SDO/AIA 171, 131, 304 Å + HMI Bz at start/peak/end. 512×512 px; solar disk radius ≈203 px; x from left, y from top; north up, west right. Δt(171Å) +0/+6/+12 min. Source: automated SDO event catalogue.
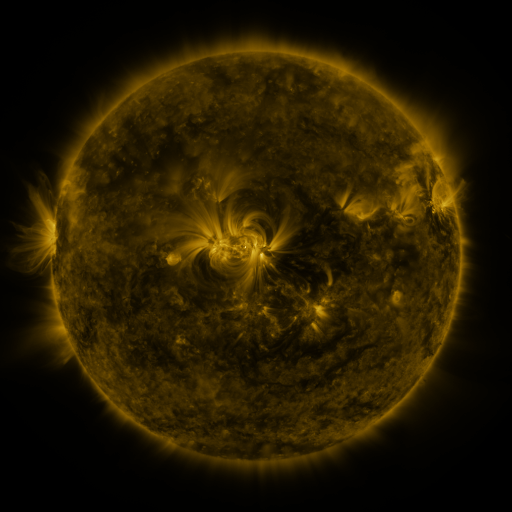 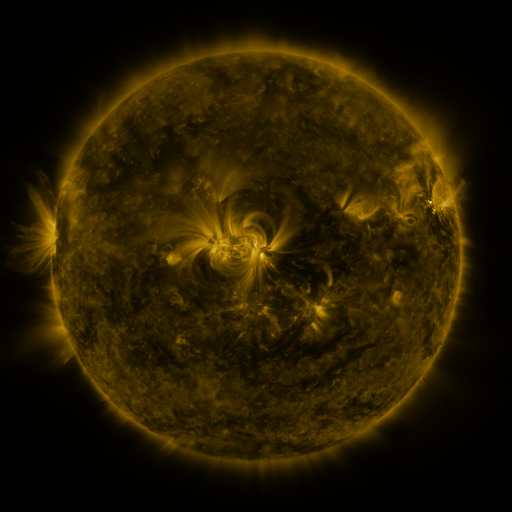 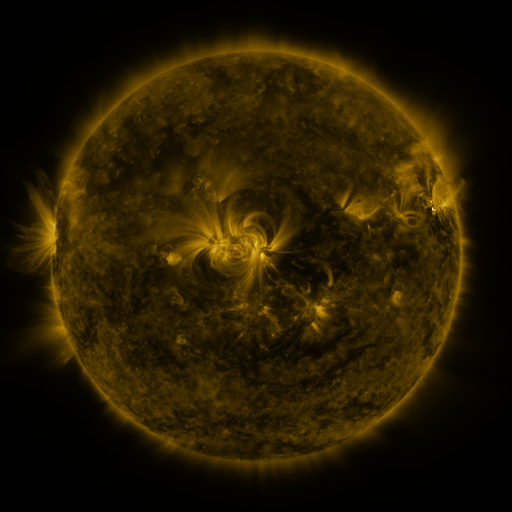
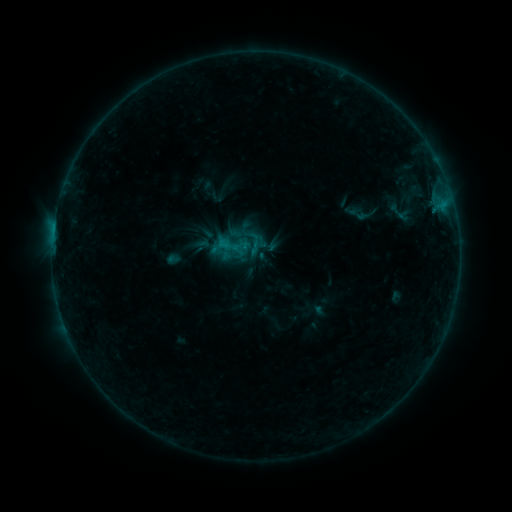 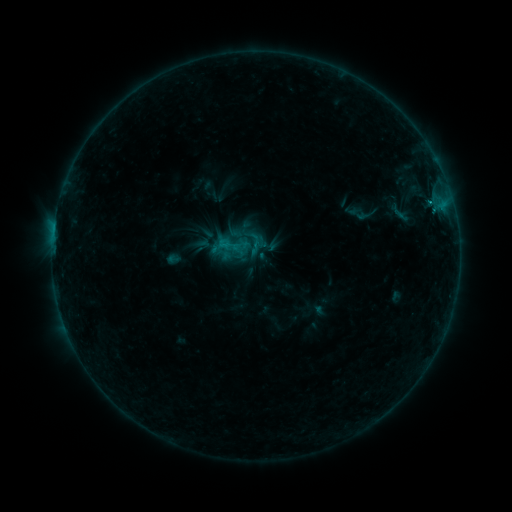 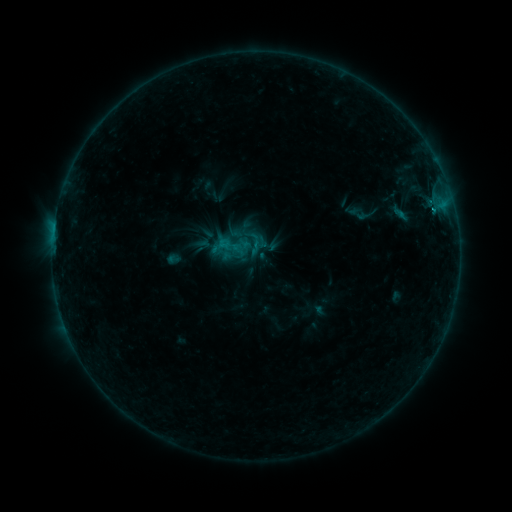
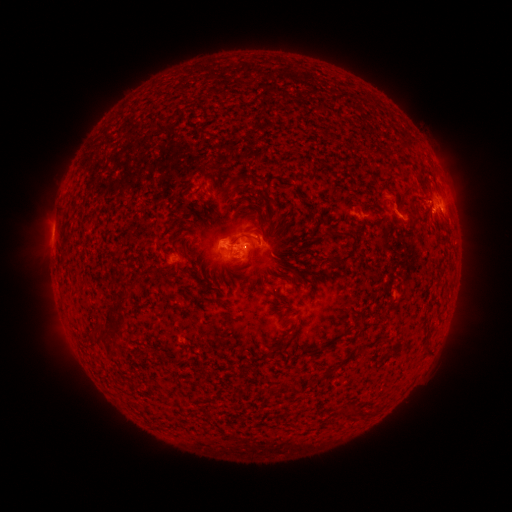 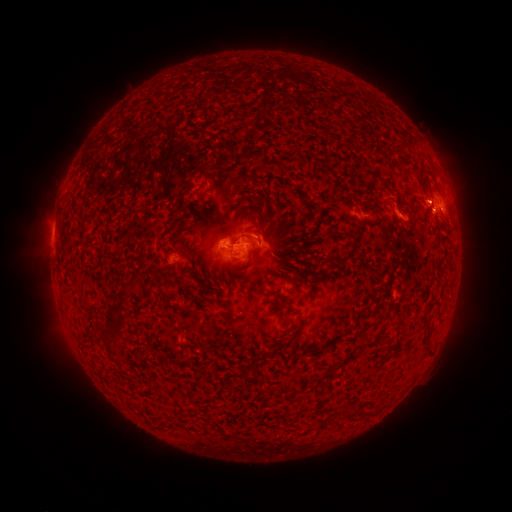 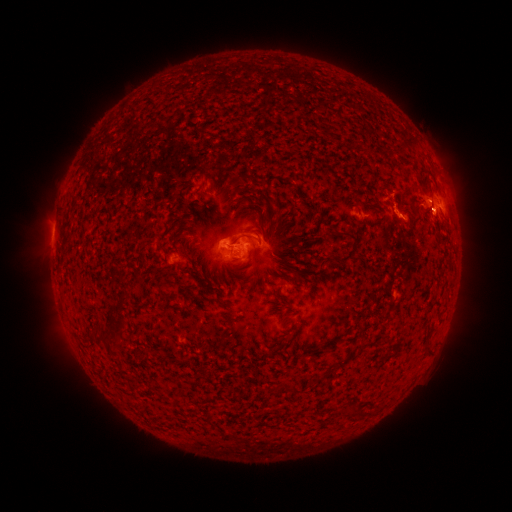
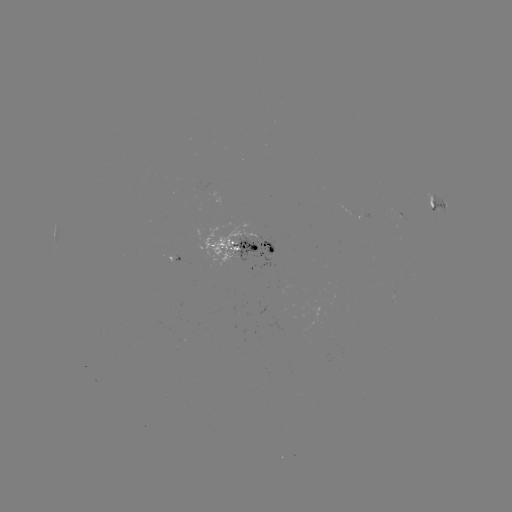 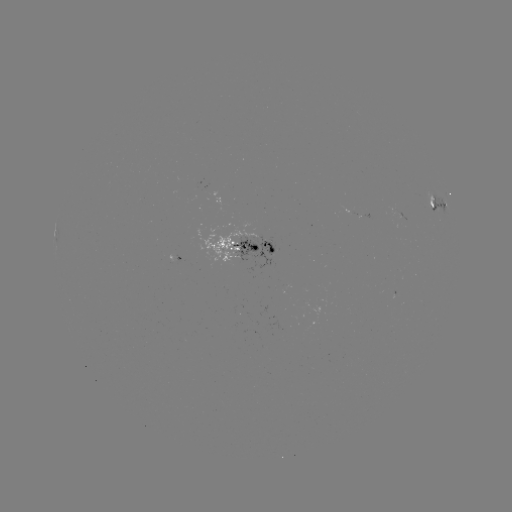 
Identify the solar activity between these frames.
eruption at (420, 191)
